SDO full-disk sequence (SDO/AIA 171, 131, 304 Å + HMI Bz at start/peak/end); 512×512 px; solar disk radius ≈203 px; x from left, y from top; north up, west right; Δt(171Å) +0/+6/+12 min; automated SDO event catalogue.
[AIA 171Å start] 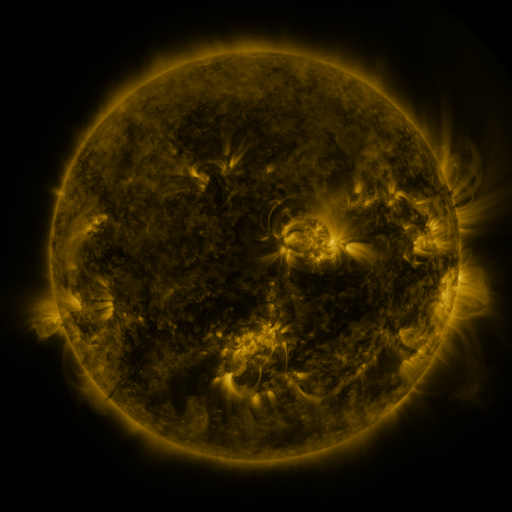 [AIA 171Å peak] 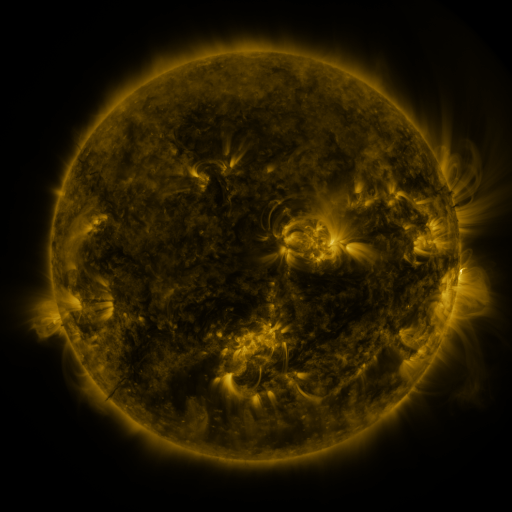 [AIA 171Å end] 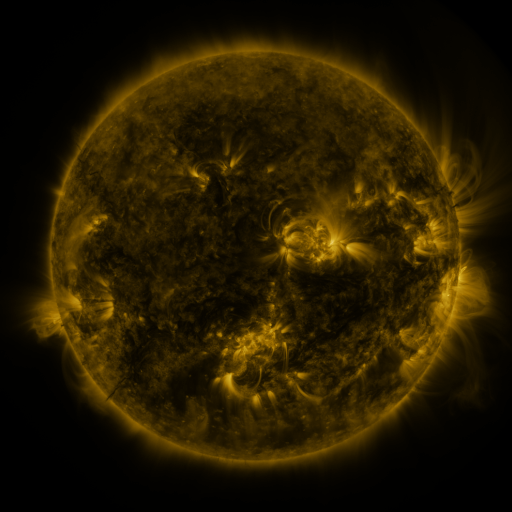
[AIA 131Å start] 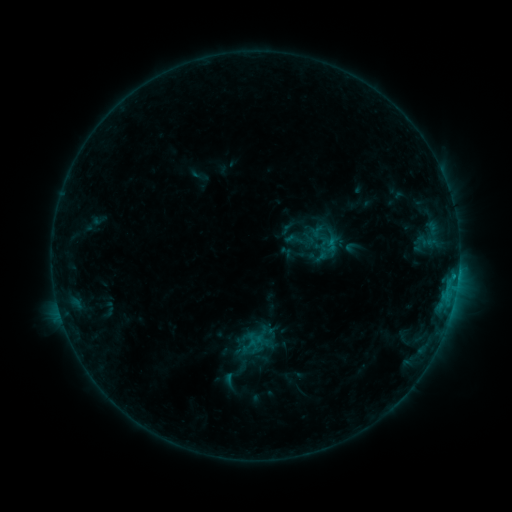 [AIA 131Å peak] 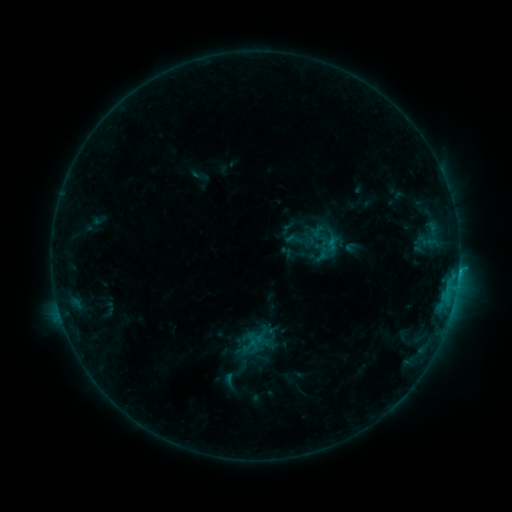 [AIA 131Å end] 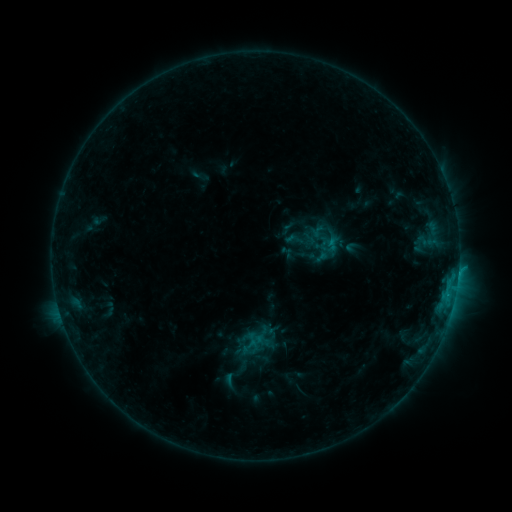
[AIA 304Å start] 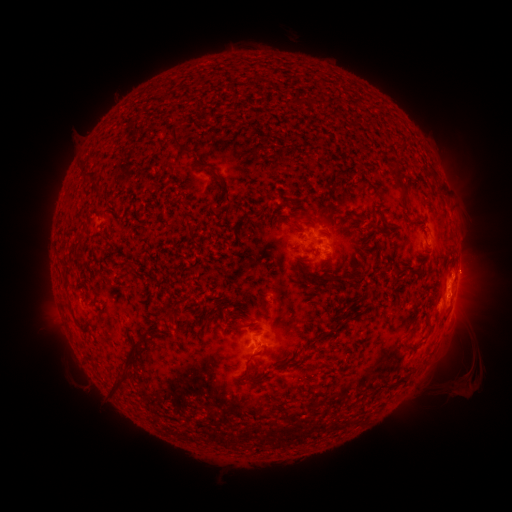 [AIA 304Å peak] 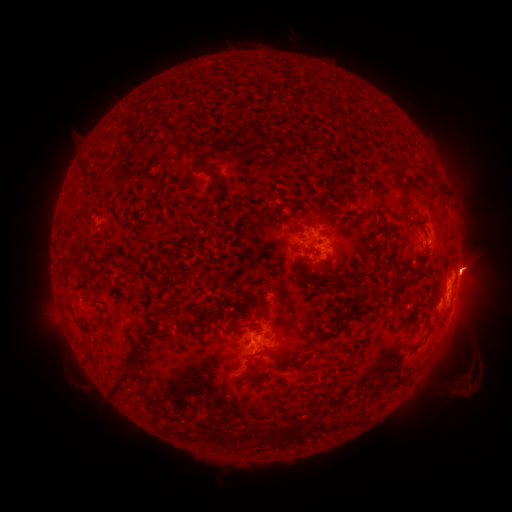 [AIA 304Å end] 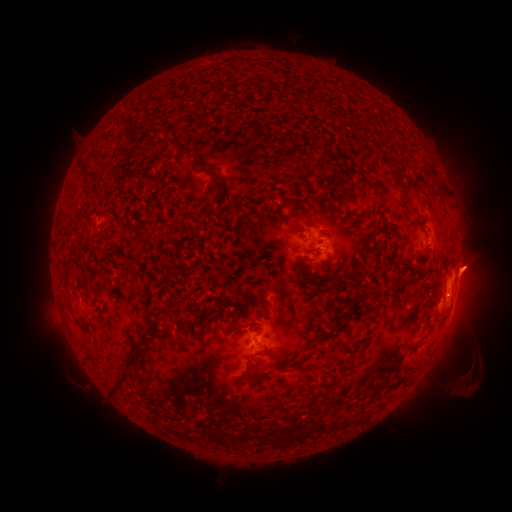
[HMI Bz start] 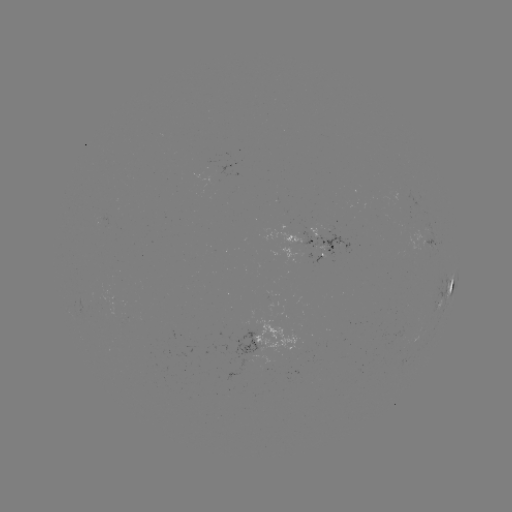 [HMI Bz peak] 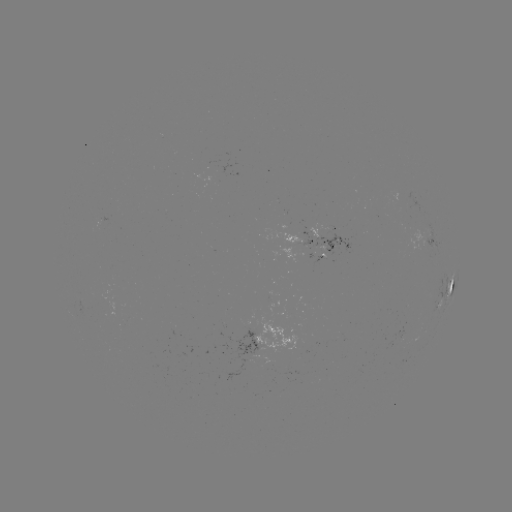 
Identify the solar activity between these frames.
eruption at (474, 260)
